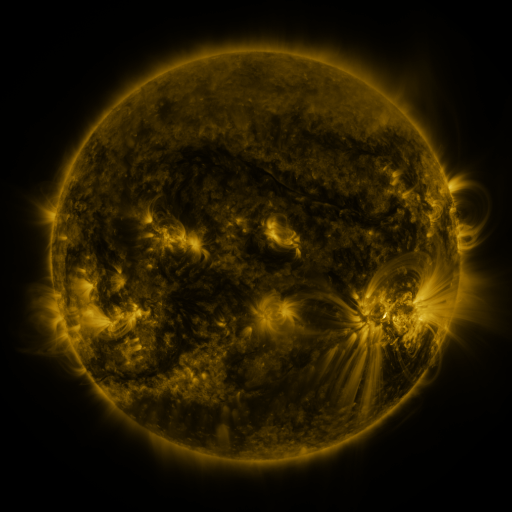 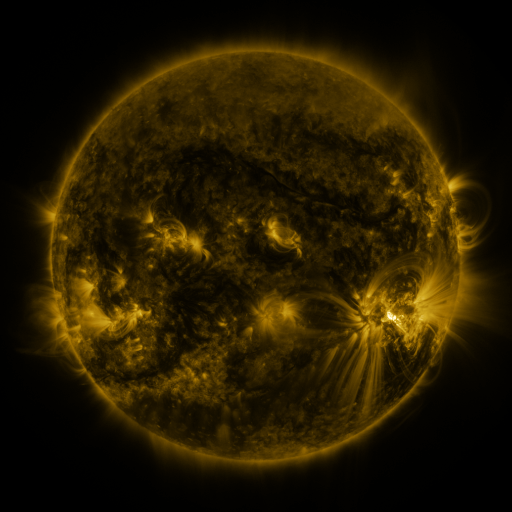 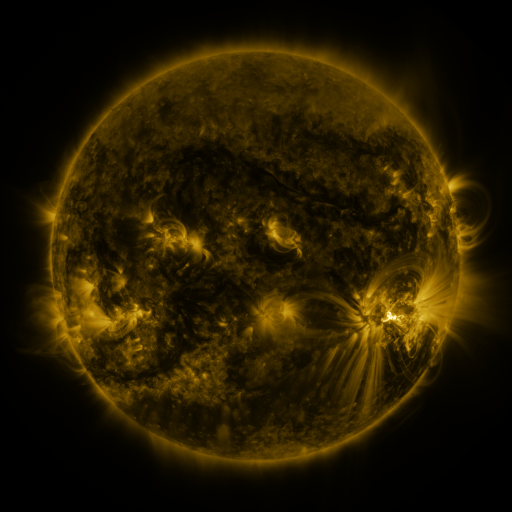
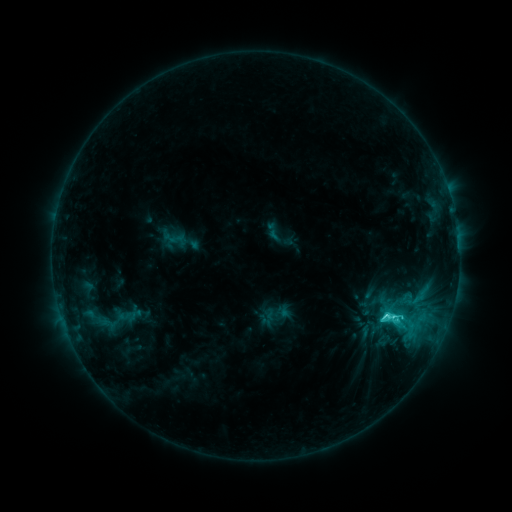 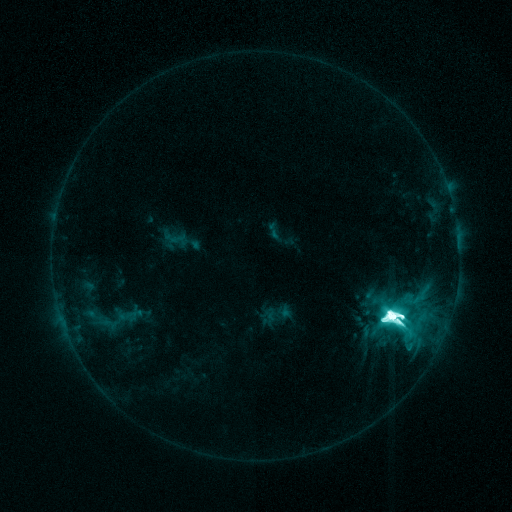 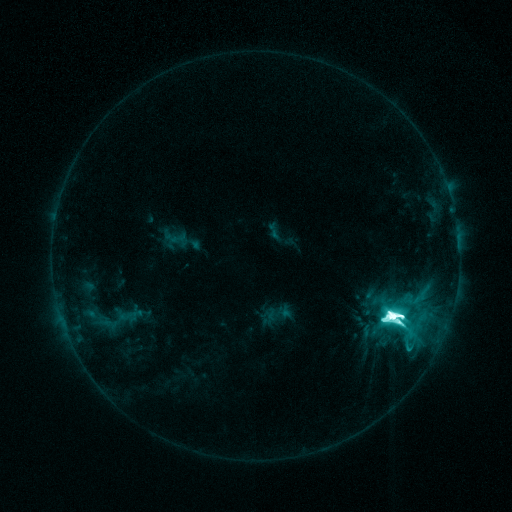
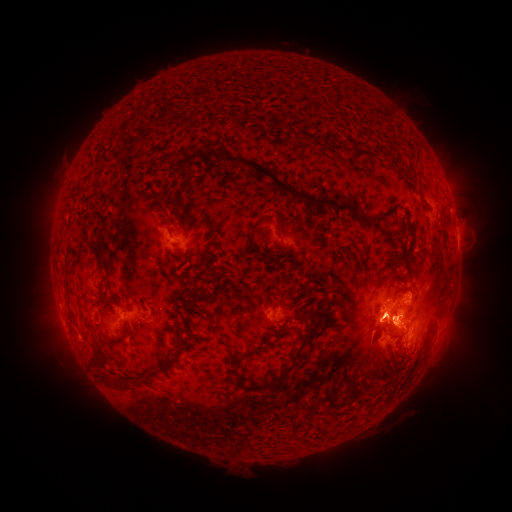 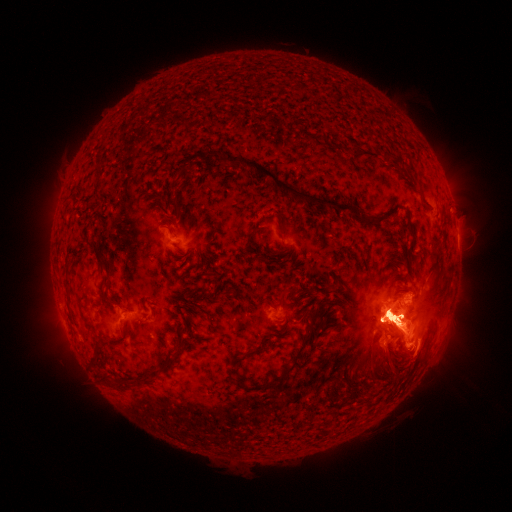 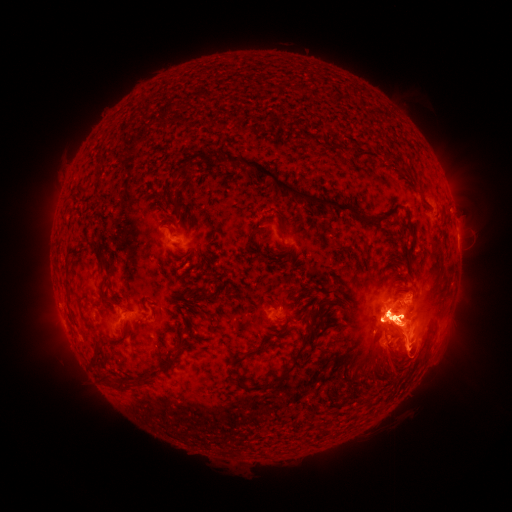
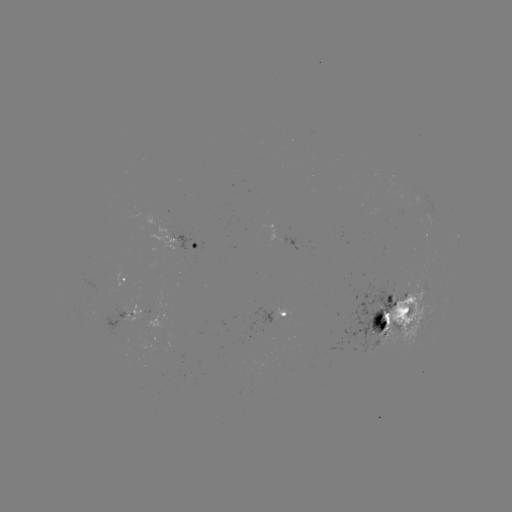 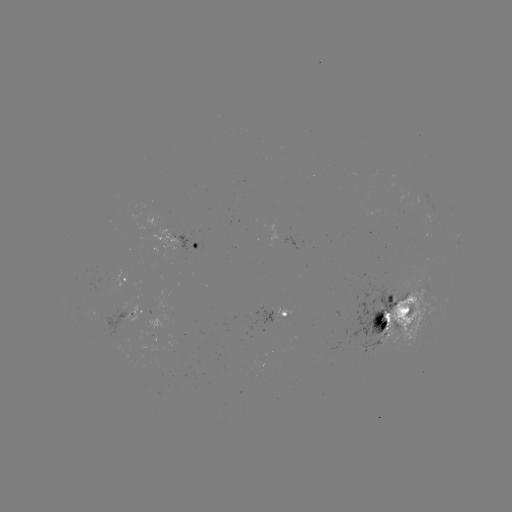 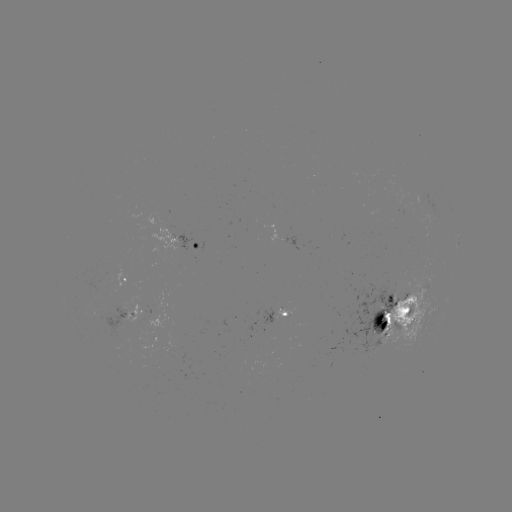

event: flare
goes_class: M7.1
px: (389, 310)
